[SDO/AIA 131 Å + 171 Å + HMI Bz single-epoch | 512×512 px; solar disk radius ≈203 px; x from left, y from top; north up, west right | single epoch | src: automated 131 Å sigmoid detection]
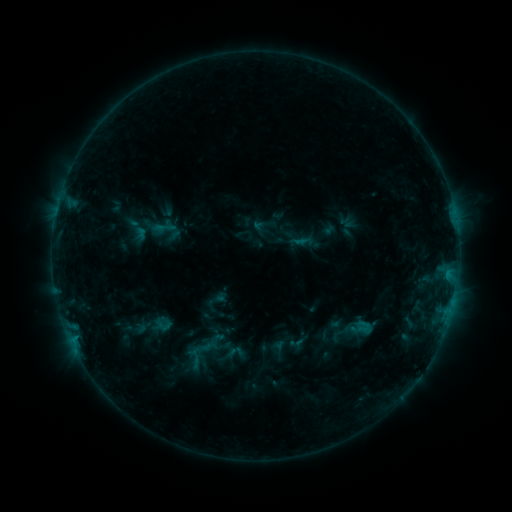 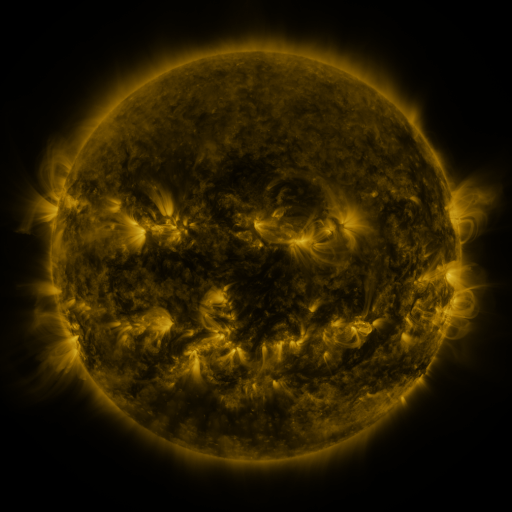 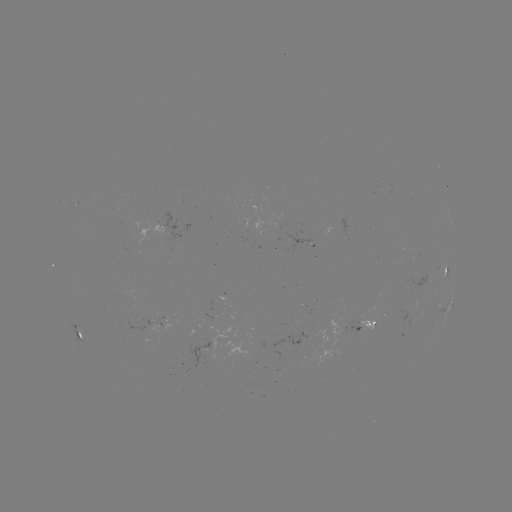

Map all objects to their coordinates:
sigmoid: (166, 230)
sigmoid: (364, 328)
